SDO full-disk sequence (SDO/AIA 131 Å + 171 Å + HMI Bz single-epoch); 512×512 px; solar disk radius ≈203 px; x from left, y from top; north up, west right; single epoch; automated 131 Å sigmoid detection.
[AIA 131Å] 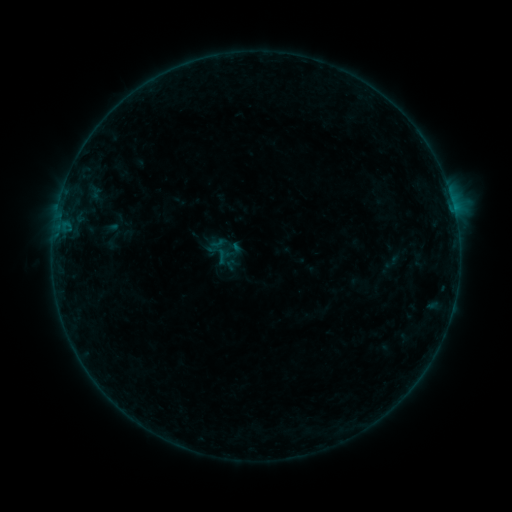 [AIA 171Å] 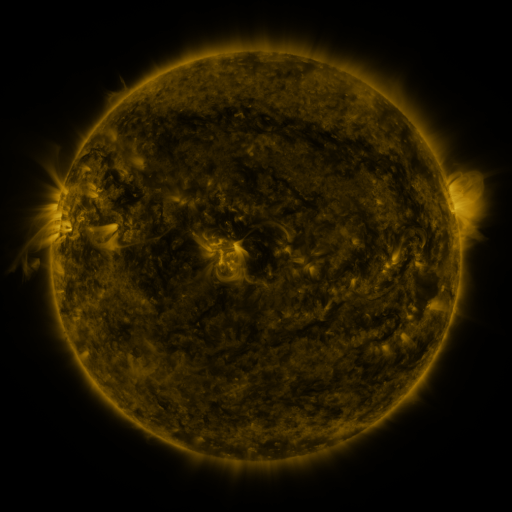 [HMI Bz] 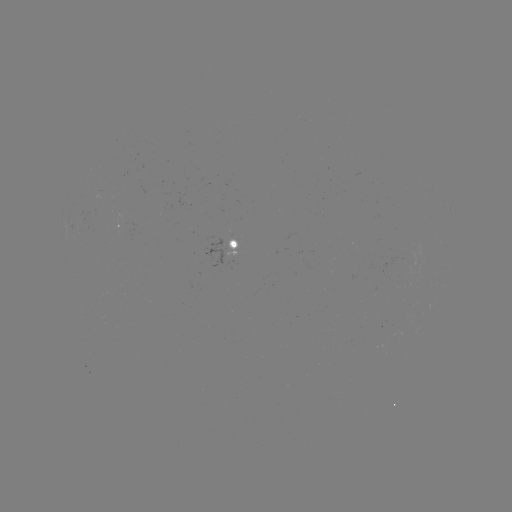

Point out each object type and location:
sigmoid: (392, 261)
